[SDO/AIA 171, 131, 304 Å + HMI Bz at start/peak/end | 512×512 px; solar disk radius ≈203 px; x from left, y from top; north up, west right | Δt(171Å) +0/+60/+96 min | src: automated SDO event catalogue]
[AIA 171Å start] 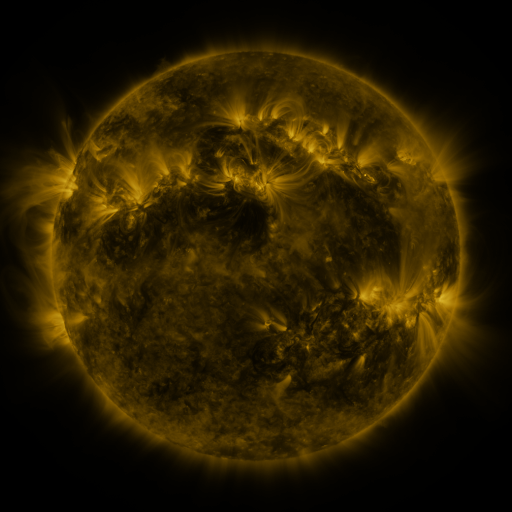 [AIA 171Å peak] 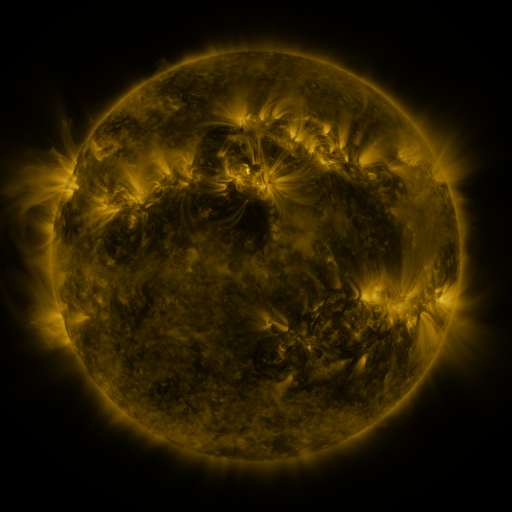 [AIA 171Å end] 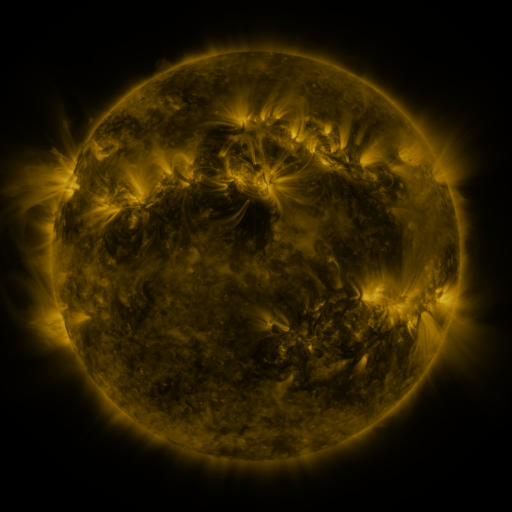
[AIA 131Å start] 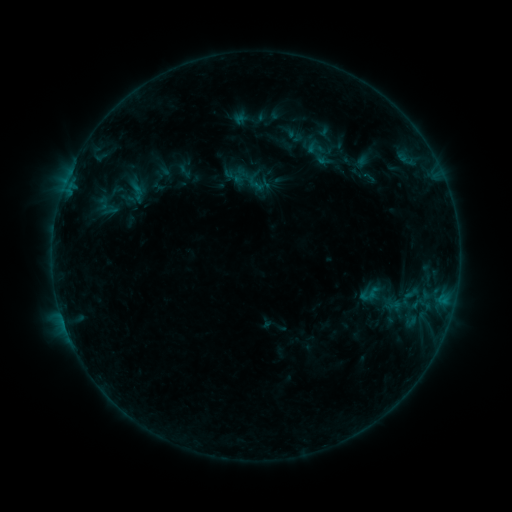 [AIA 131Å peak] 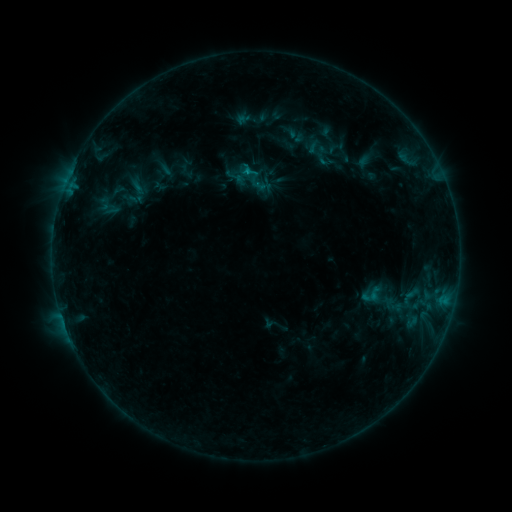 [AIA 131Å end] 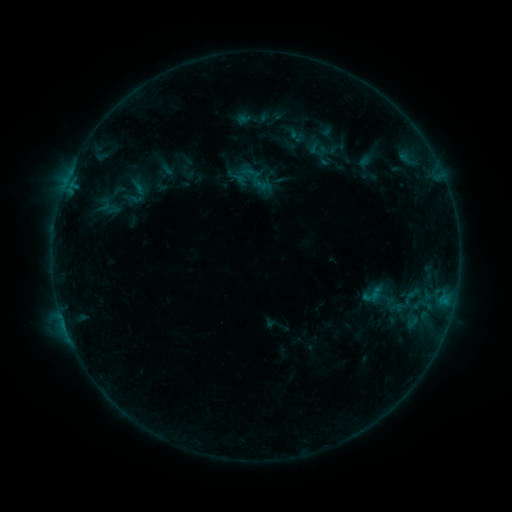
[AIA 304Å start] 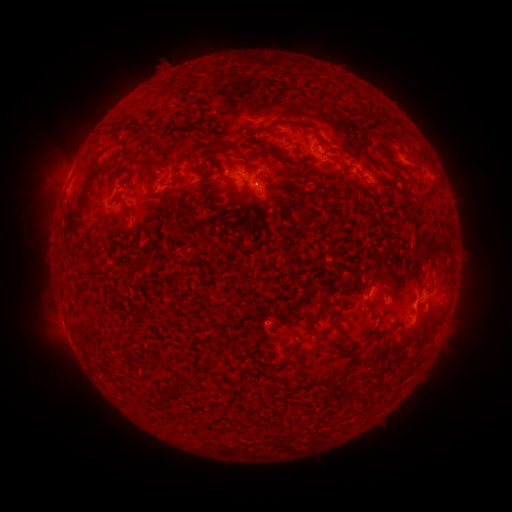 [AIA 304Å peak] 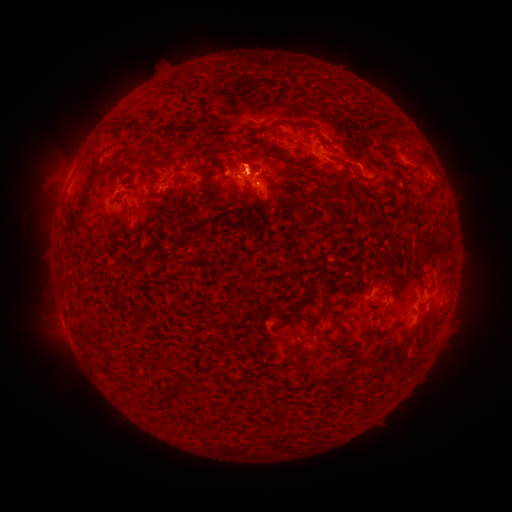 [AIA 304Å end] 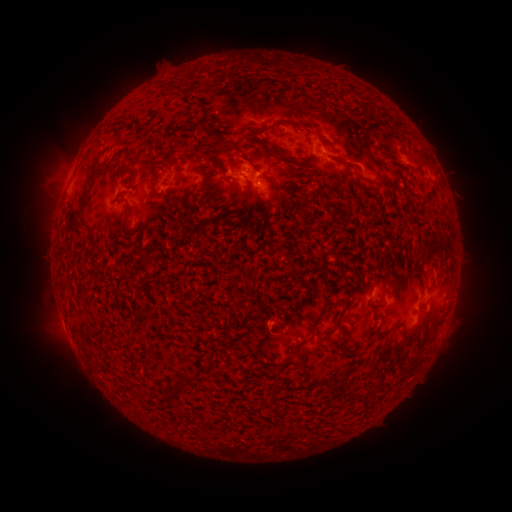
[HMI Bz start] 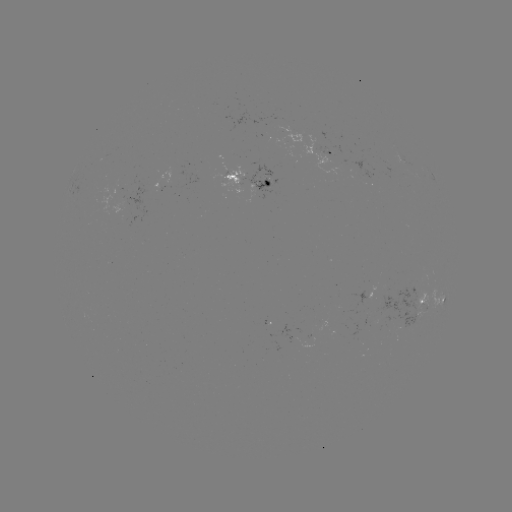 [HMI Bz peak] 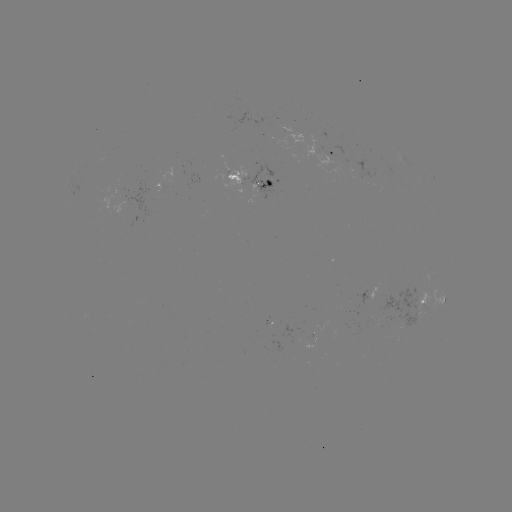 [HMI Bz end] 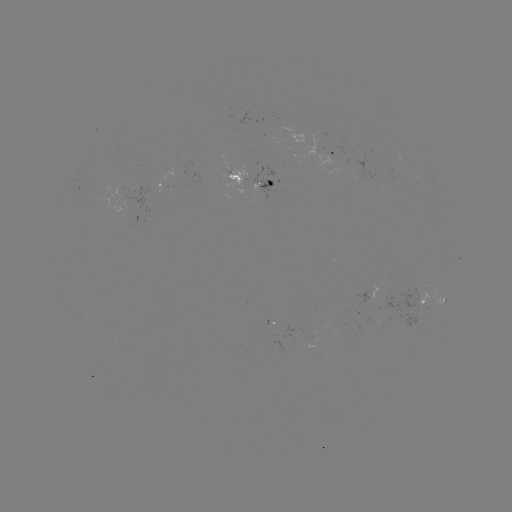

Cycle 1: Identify emerging-flux region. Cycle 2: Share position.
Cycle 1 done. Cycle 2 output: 324,156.